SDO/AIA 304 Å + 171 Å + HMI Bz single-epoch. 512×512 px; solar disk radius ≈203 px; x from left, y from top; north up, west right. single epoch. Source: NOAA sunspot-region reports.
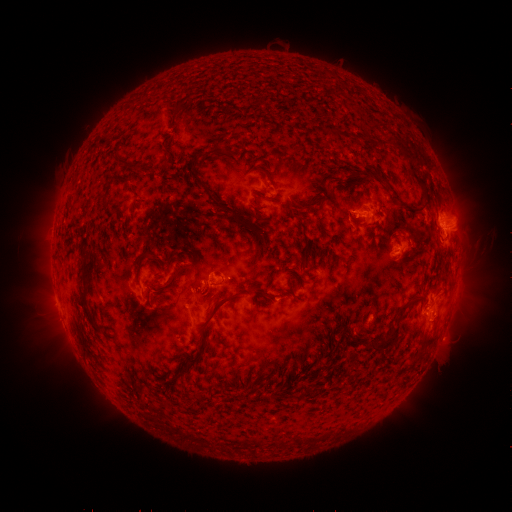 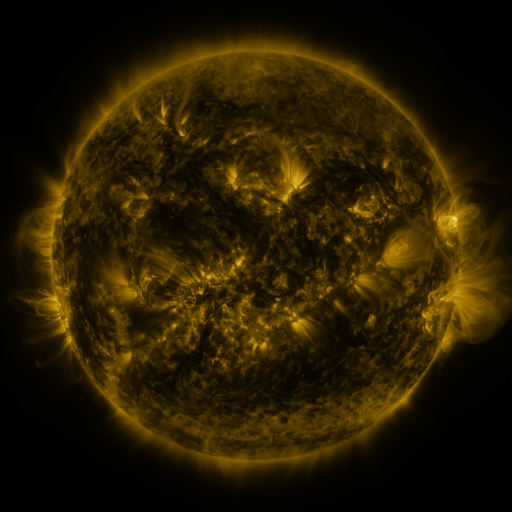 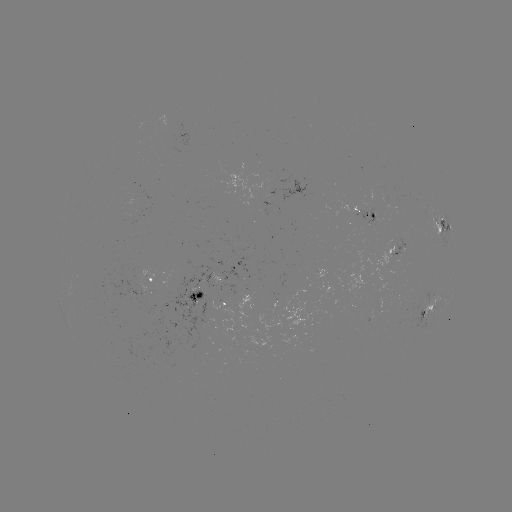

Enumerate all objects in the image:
spotted active region: (365, 211)
spotted active region: (443, 225)
spotted active region: (397, 244)
spotted active region: (152, 281)
spotted active region: (211, 294)
spotted active region: (438, 303)
